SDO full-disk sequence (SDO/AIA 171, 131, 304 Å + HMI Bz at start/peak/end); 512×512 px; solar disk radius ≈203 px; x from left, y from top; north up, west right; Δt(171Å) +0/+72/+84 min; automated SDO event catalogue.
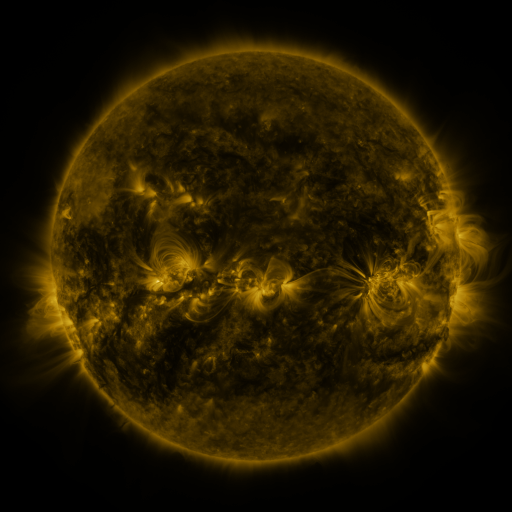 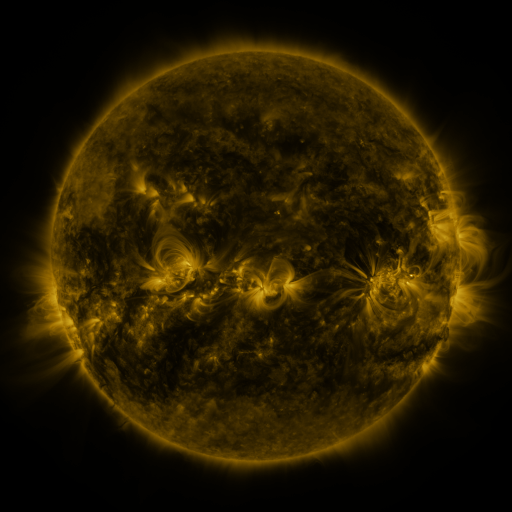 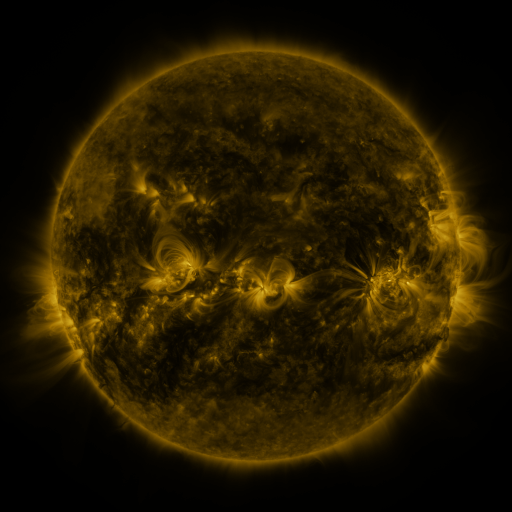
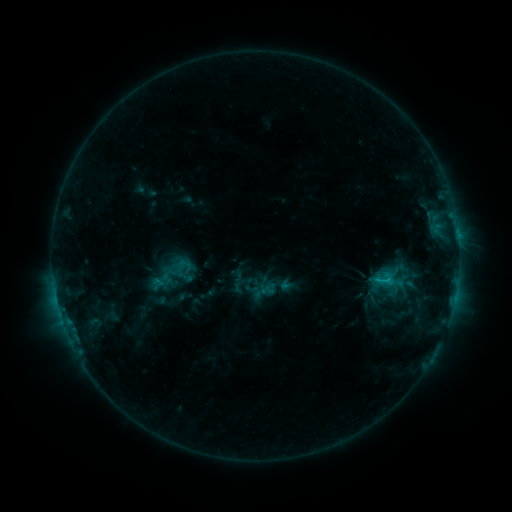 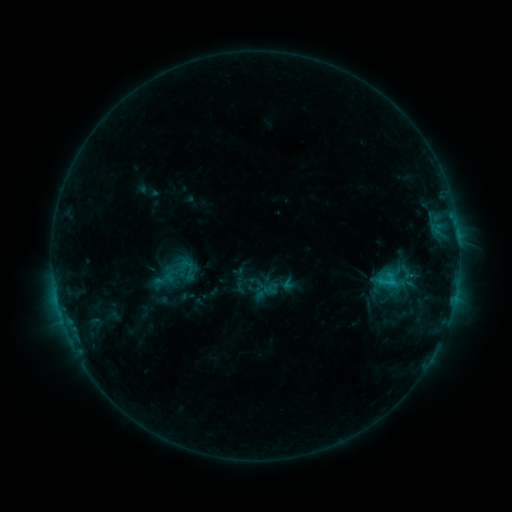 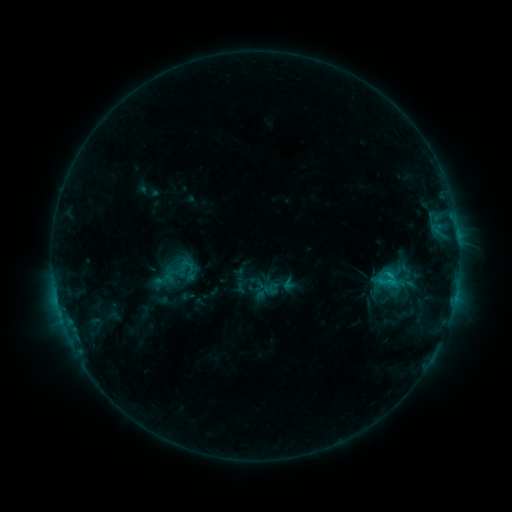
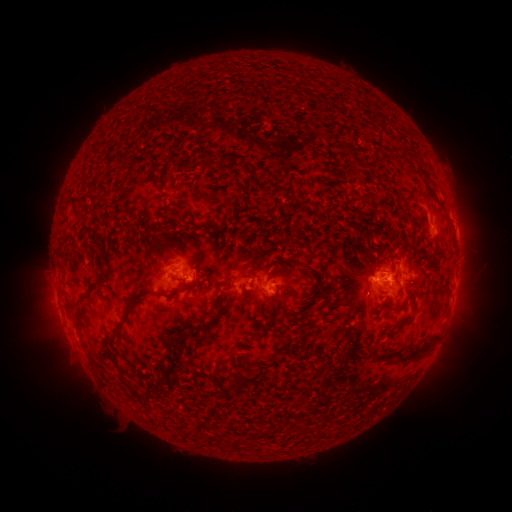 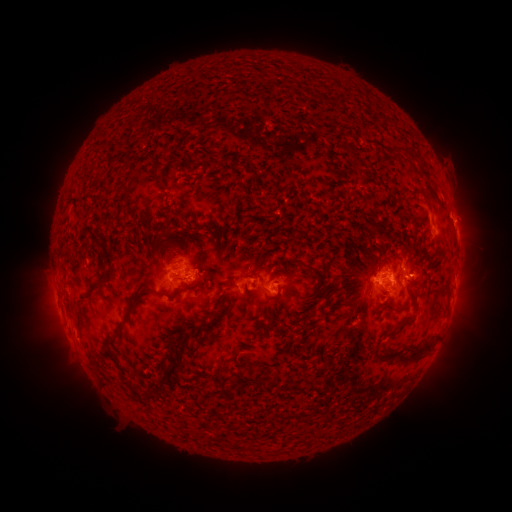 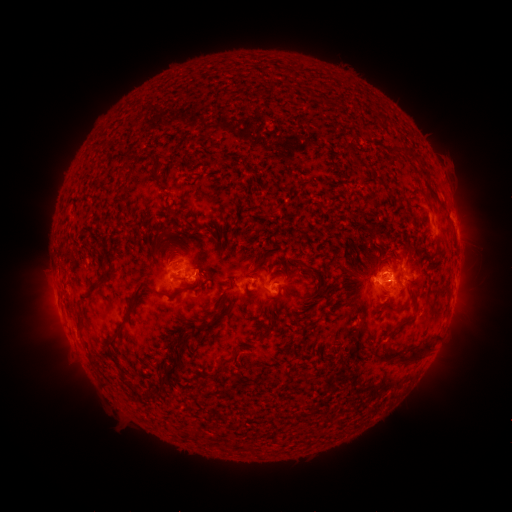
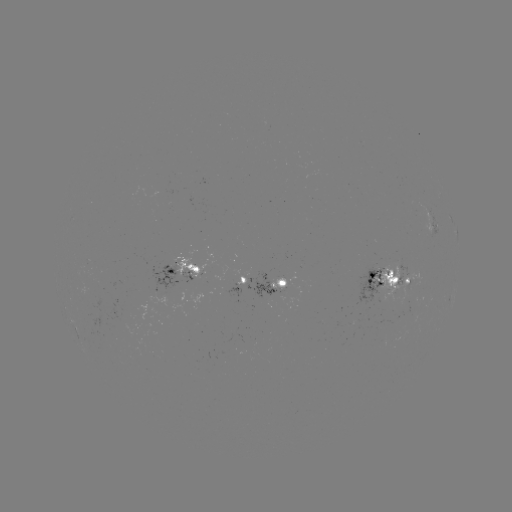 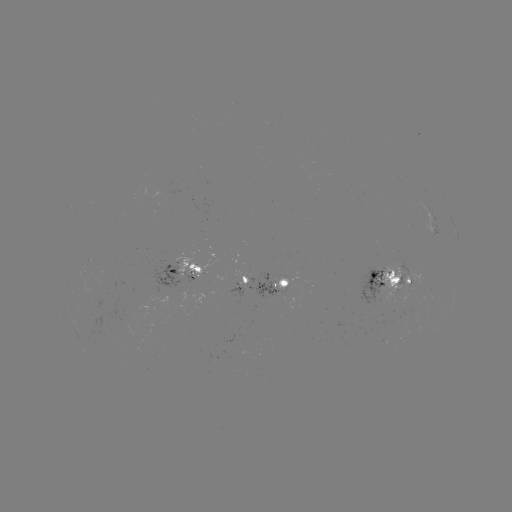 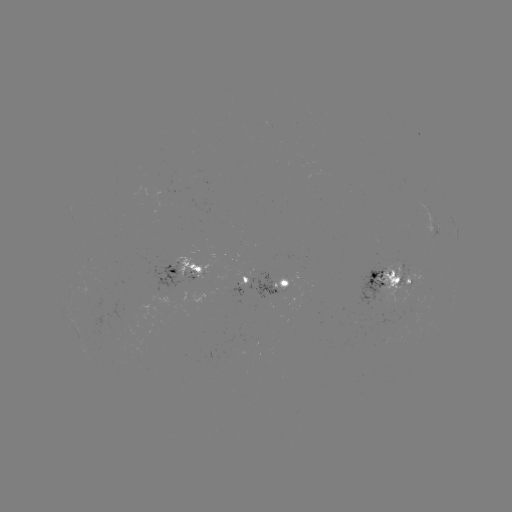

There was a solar emerging-flux region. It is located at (268, 297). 